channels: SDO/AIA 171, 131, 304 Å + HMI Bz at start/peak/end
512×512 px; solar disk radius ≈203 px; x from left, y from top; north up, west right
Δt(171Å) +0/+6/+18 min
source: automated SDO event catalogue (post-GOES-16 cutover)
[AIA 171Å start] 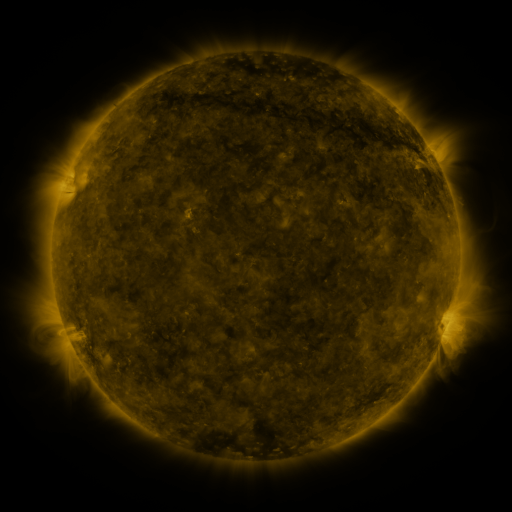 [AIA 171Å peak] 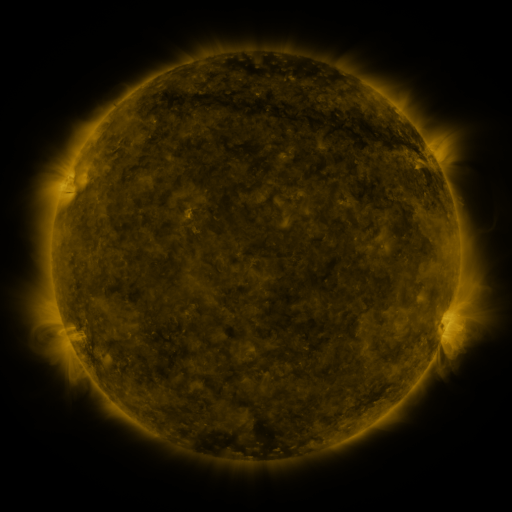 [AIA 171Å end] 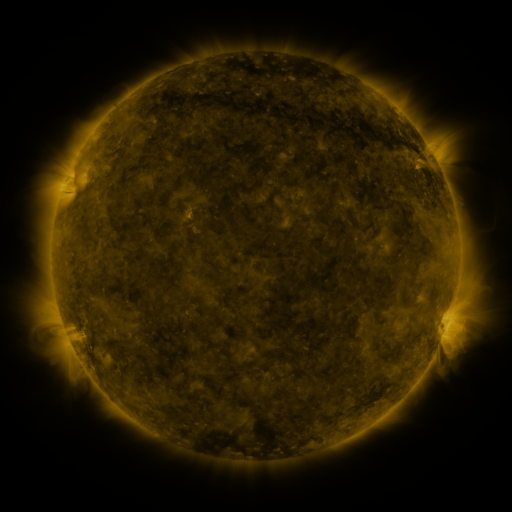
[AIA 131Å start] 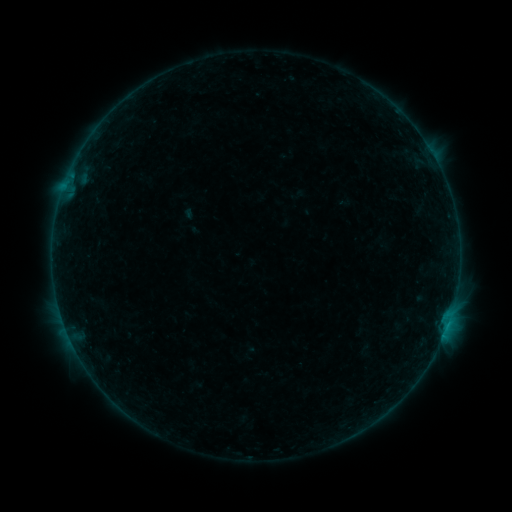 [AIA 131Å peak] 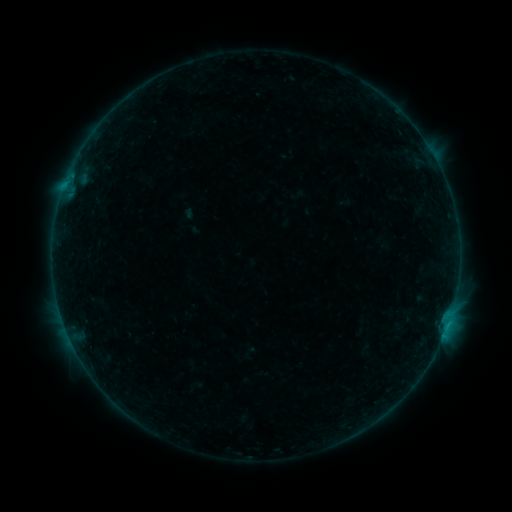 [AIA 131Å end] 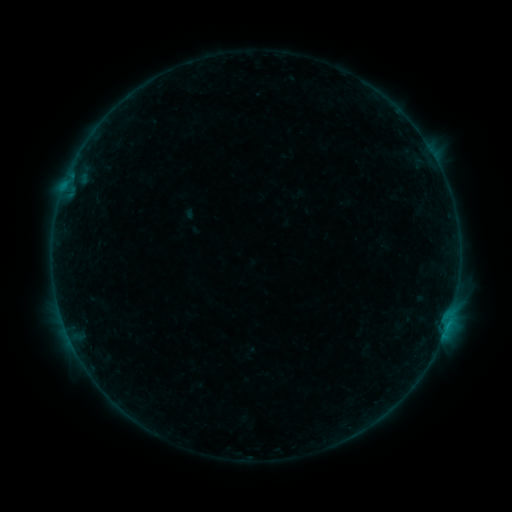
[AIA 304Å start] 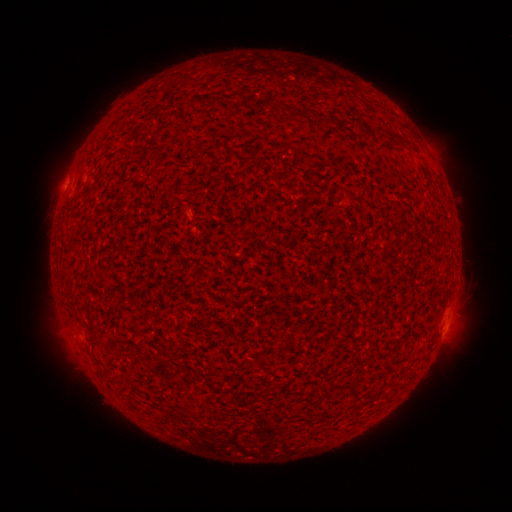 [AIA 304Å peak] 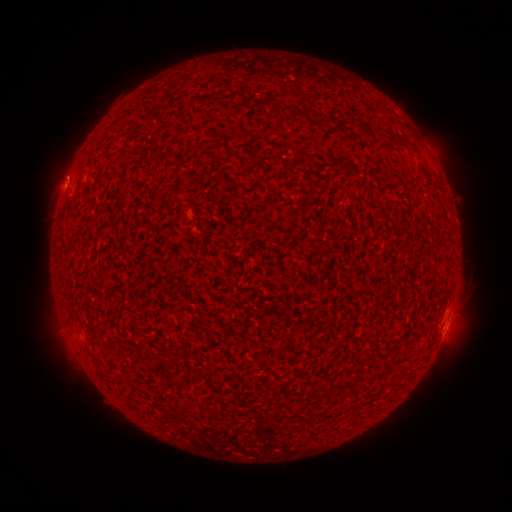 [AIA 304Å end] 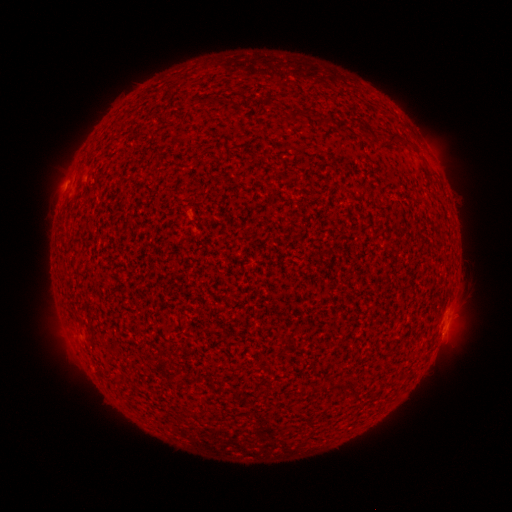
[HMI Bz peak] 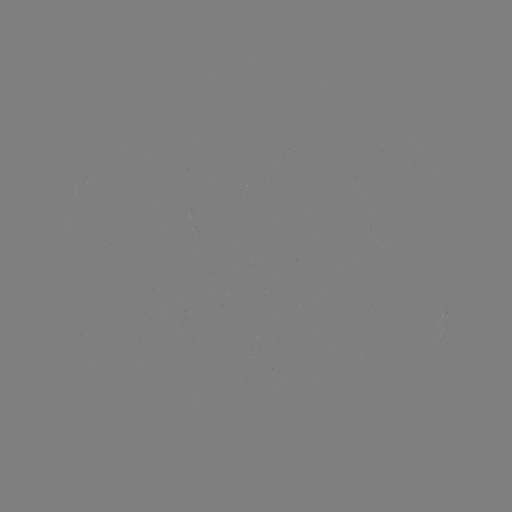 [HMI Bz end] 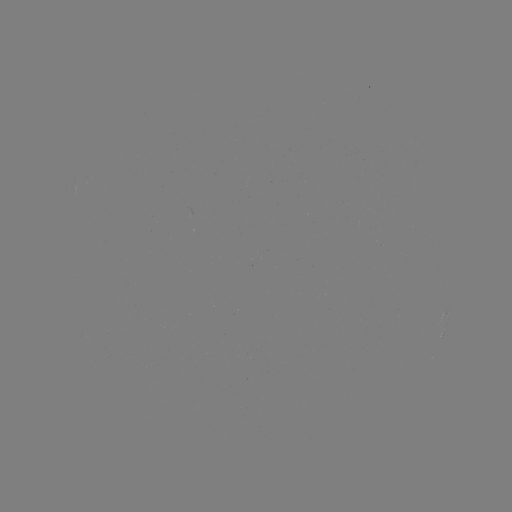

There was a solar flare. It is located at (65, 187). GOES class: B2.3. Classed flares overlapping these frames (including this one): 1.